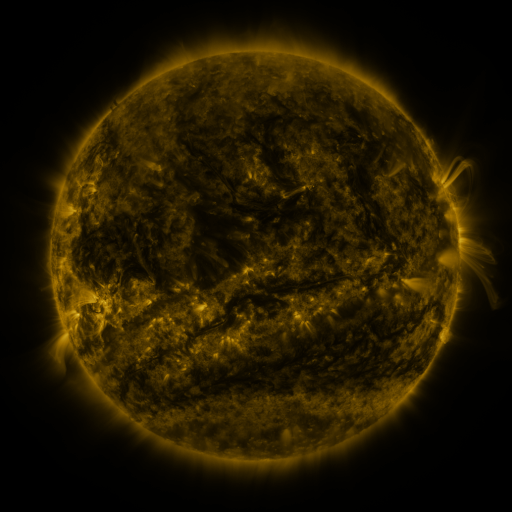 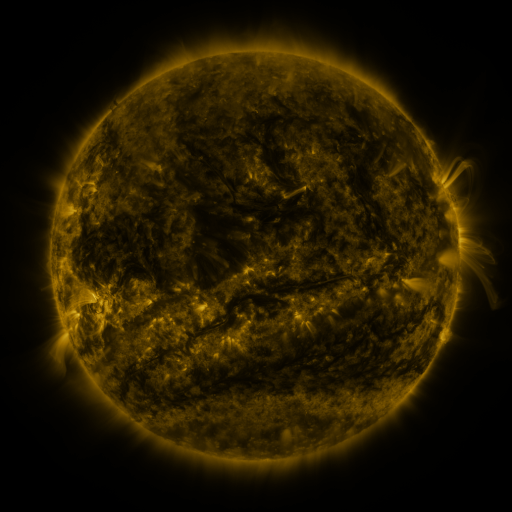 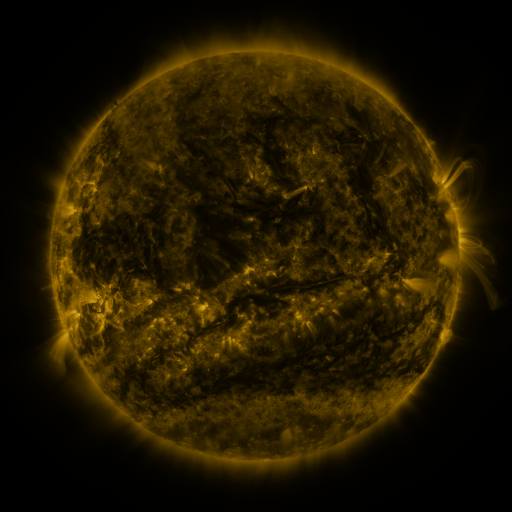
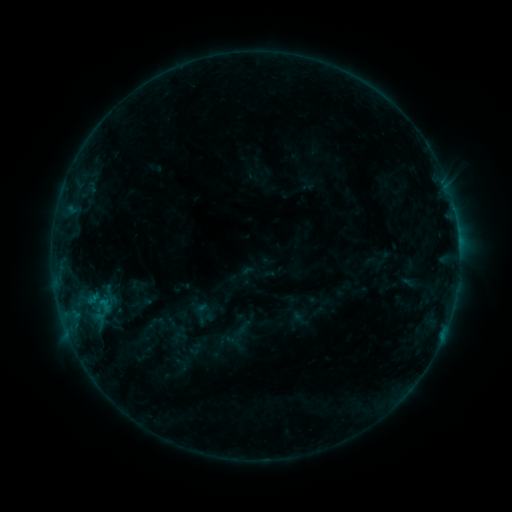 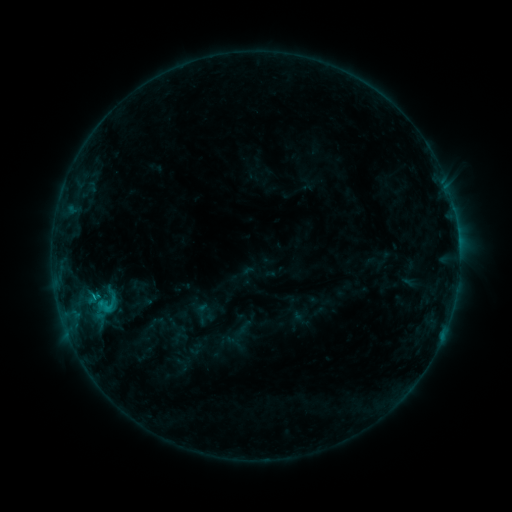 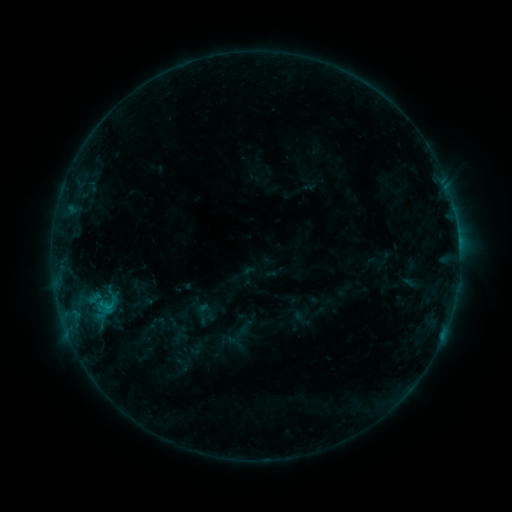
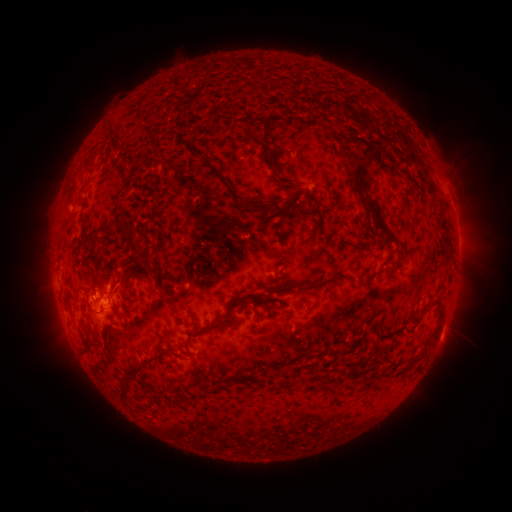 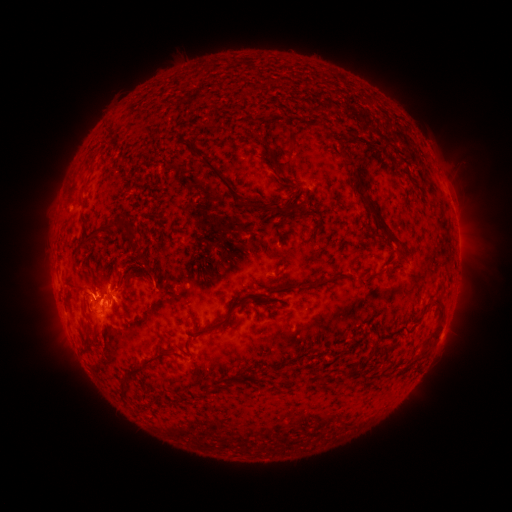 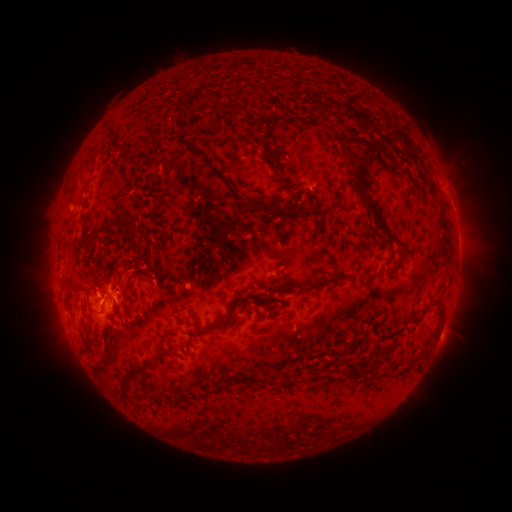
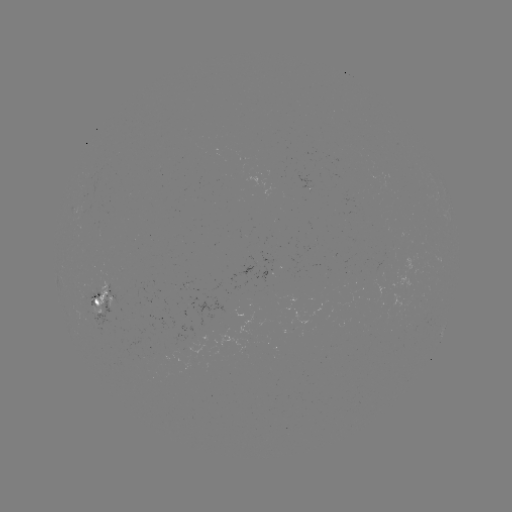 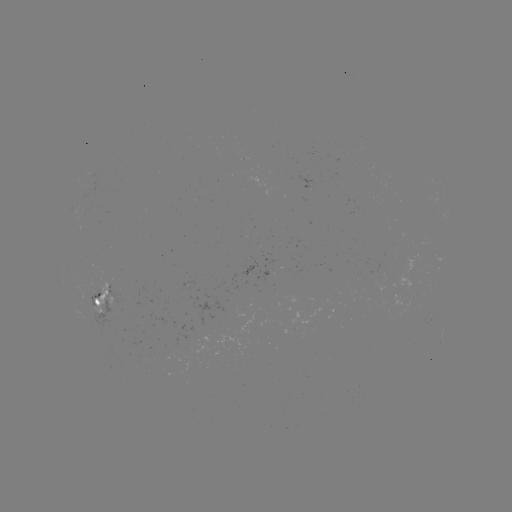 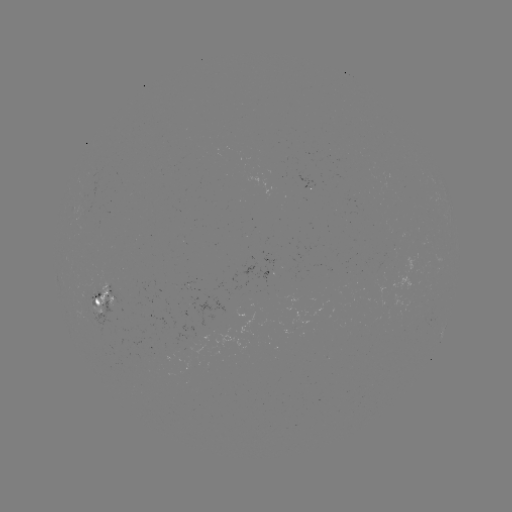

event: flare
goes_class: C1.5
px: (94, 294)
